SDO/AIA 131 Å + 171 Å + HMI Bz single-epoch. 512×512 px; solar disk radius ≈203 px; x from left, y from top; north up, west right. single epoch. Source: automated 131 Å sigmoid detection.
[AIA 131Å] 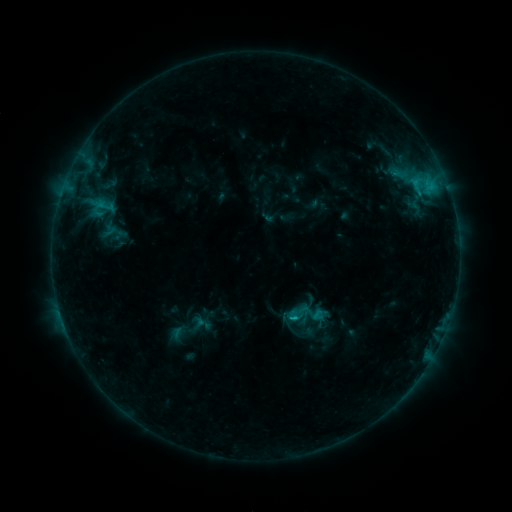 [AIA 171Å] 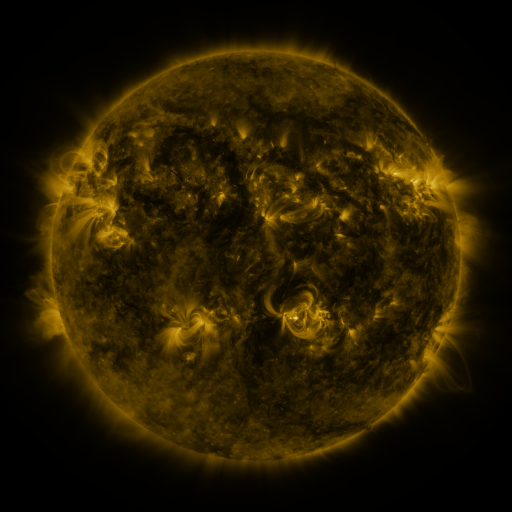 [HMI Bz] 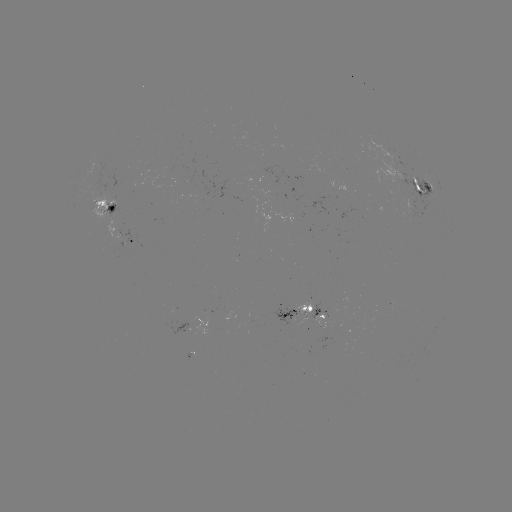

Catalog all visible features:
sigmoid: <bbox>93, 195, 116, 217</bbox>
sigmoid: <bbox>292, 301, 309, 319</bbox>
